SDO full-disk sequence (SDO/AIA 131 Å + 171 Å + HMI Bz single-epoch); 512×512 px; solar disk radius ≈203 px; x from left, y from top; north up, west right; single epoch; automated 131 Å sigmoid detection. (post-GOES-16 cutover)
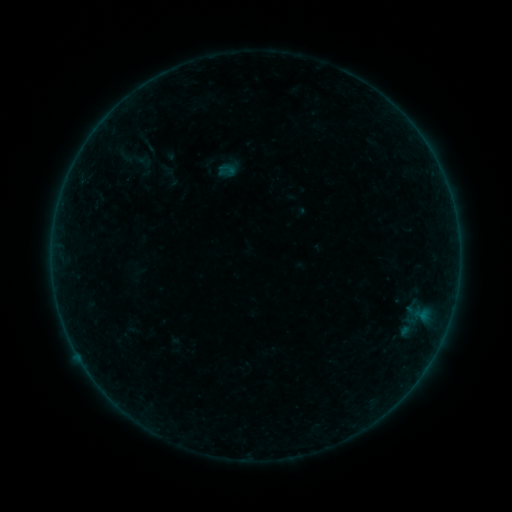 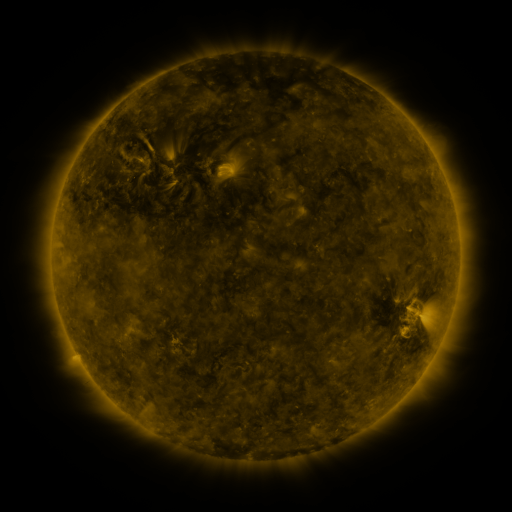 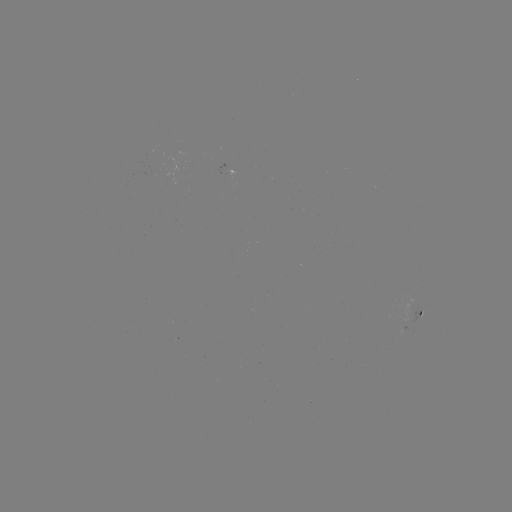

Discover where sigmoid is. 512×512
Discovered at [137, 161].